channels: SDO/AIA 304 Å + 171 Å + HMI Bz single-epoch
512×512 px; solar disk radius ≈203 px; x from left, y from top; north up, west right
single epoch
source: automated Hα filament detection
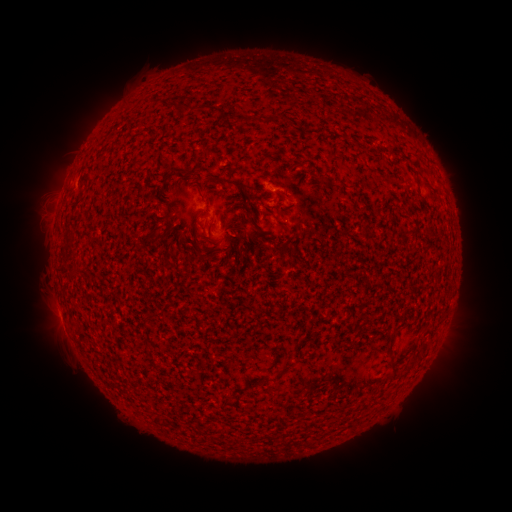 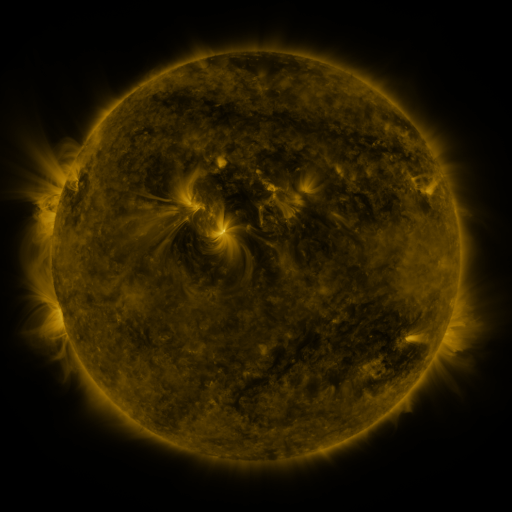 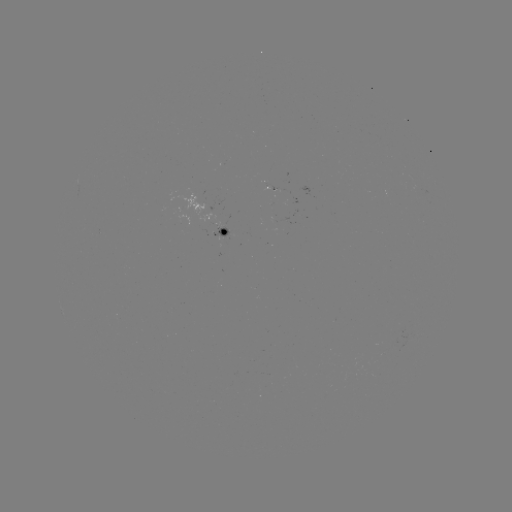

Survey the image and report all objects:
filament: (167, 175)
filament: (232, 183)
filament: (281, 225)
filament: (213, 252)
filament: (390, 357)
filament: (413, 361)
